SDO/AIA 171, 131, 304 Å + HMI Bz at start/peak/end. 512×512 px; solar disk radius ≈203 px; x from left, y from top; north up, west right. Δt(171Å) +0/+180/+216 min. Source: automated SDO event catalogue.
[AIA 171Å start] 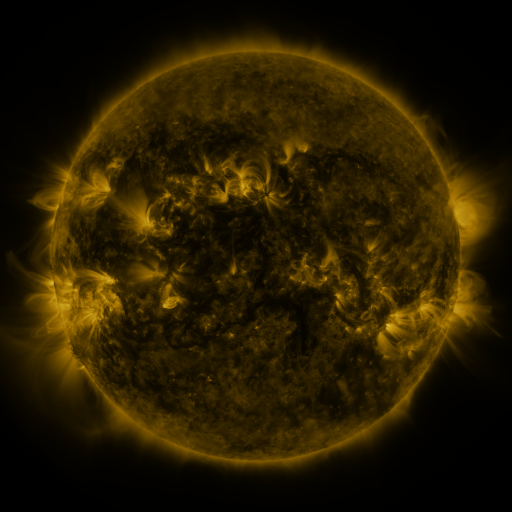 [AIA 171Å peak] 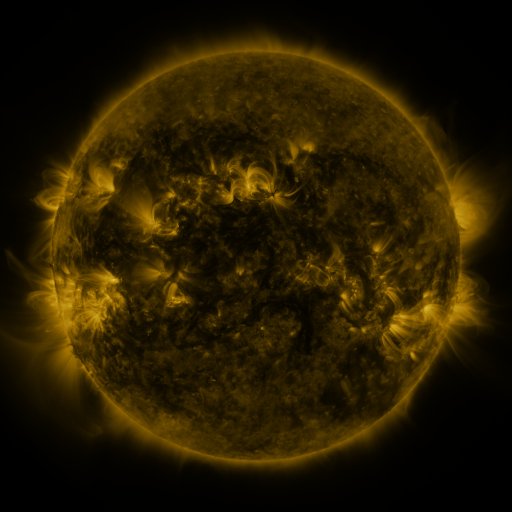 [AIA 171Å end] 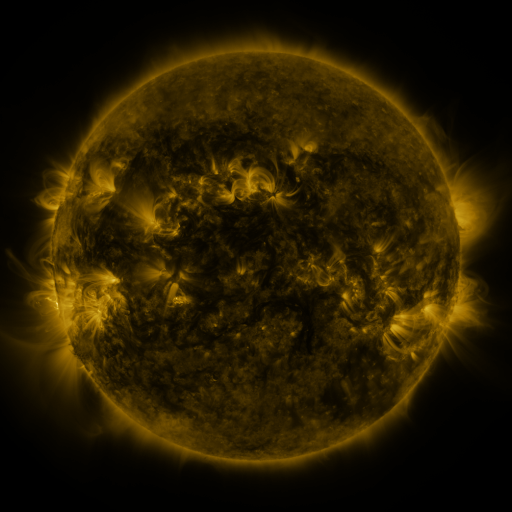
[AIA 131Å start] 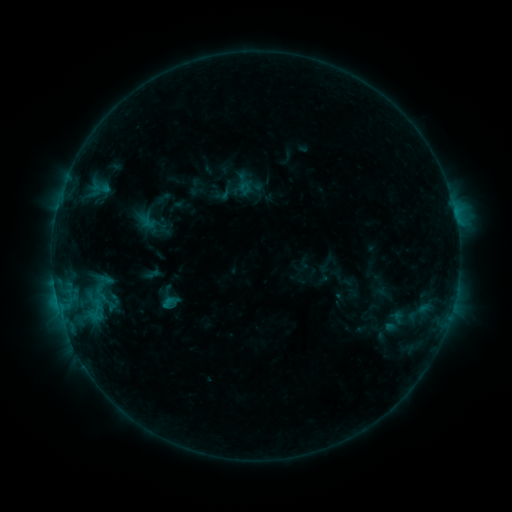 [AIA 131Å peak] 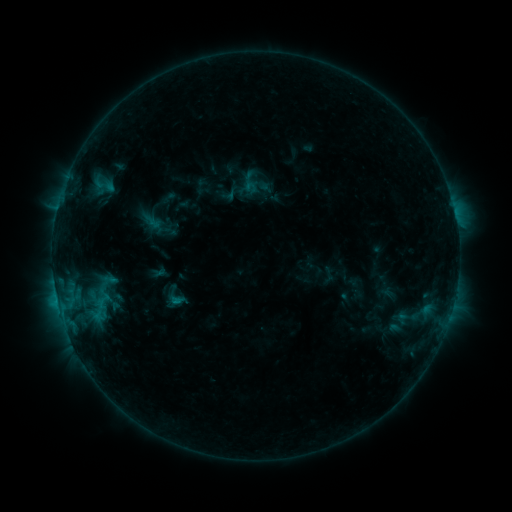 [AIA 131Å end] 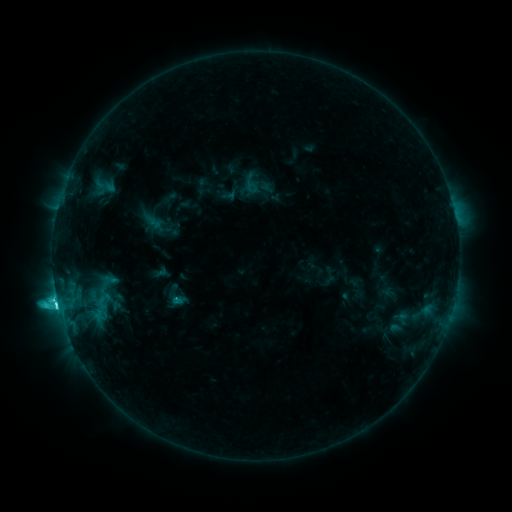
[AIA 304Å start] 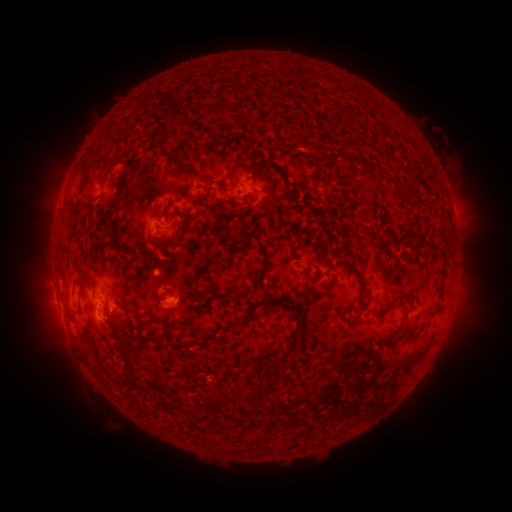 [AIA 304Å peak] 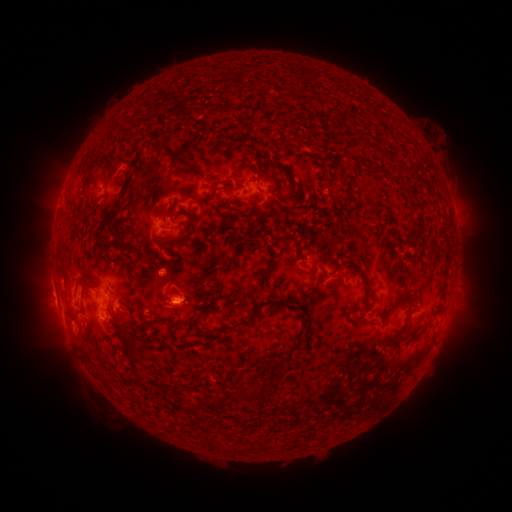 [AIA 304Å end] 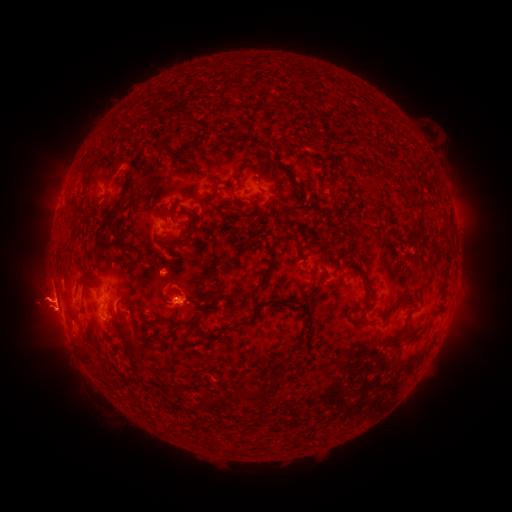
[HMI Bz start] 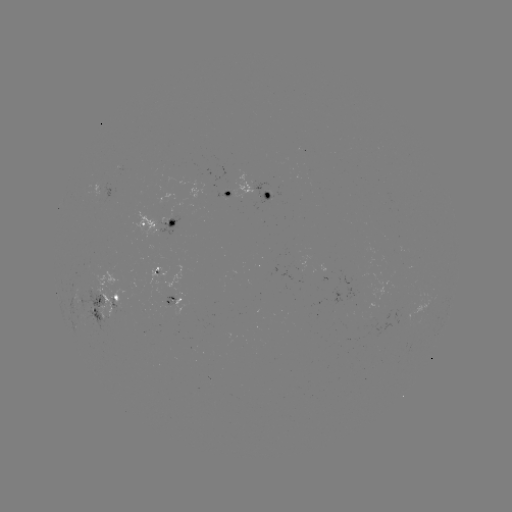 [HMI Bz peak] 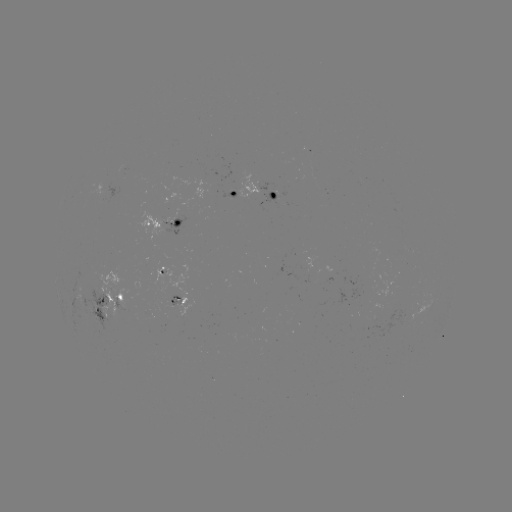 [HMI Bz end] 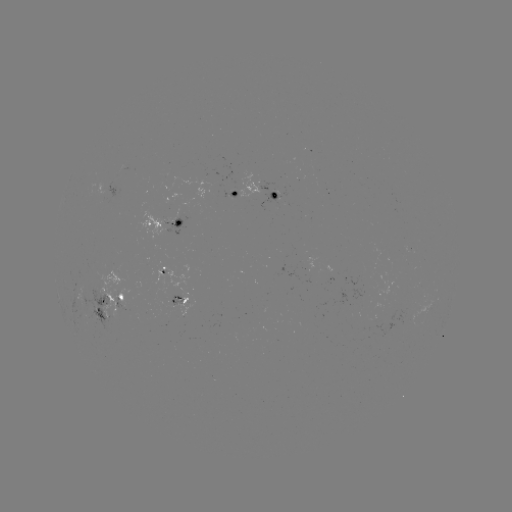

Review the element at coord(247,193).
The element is emerging-flux region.